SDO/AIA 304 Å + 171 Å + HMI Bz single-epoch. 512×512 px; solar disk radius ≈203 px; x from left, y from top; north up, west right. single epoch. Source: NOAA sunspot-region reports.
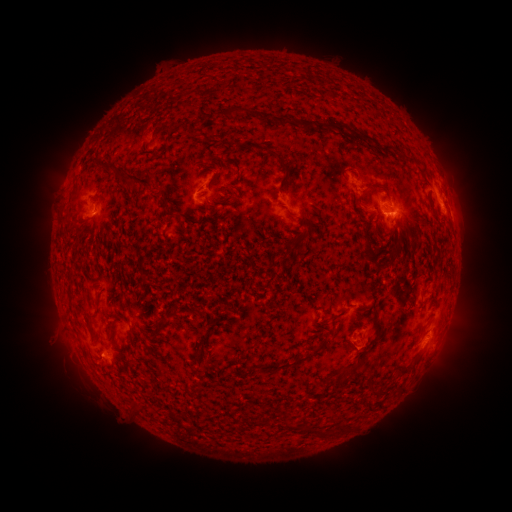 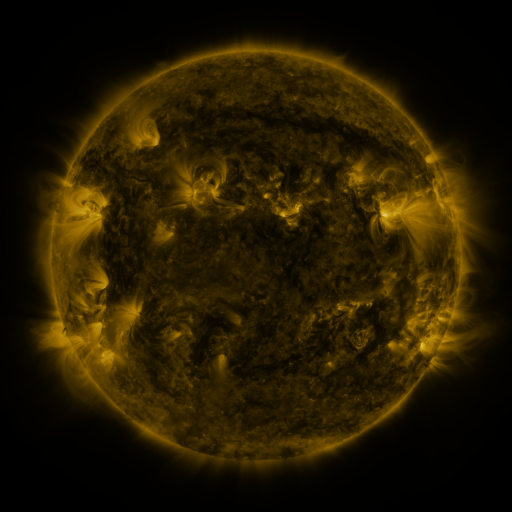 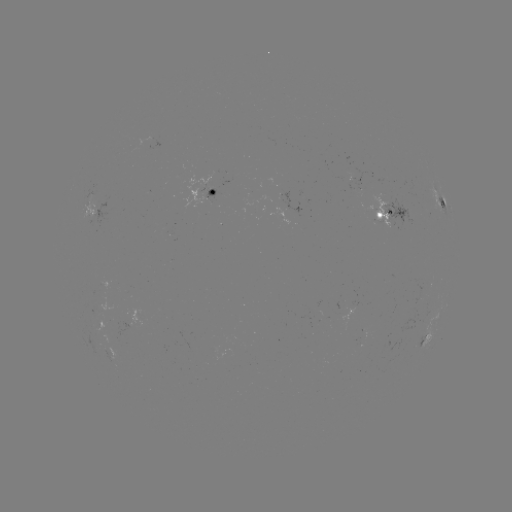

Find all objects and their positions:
spotted active region: (212, 190)
spotted active region: (442, 204)
spotted active region: (451, 209)
spotted active region: (92, 210)
spotted active region: (392, 216)
spotted active region: (425, 339)
